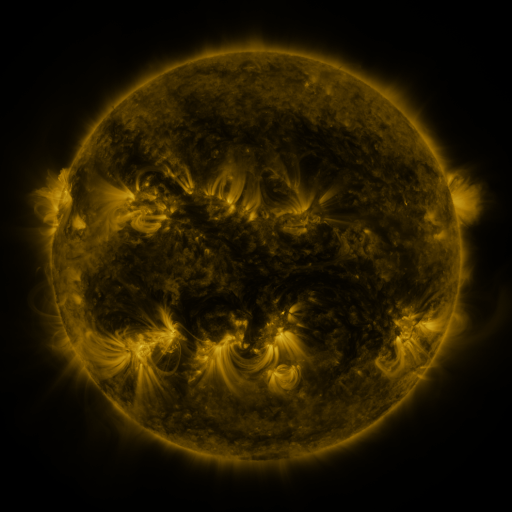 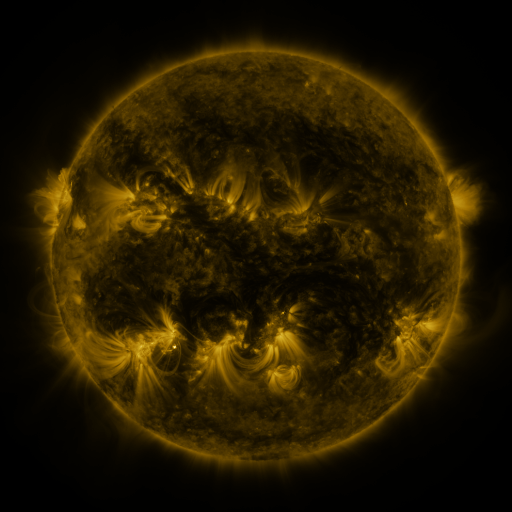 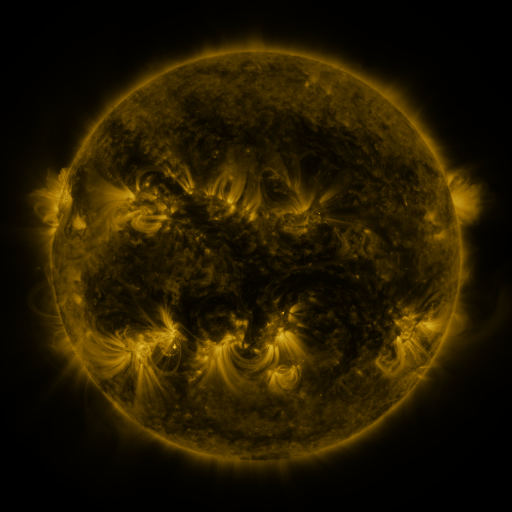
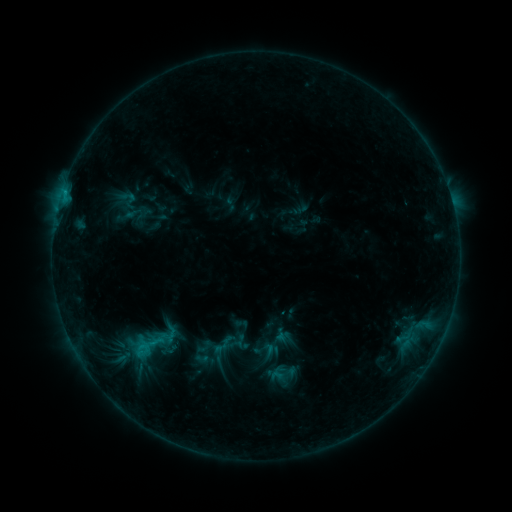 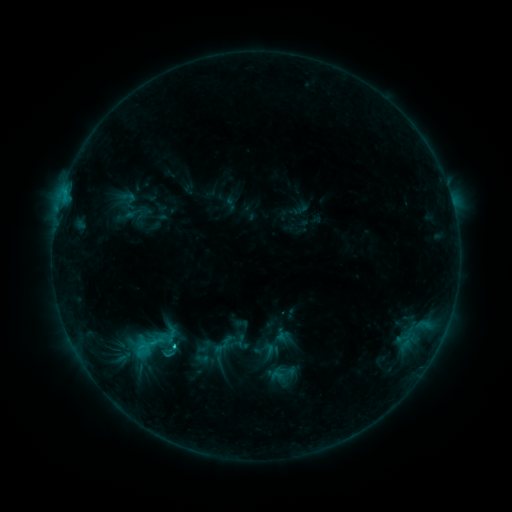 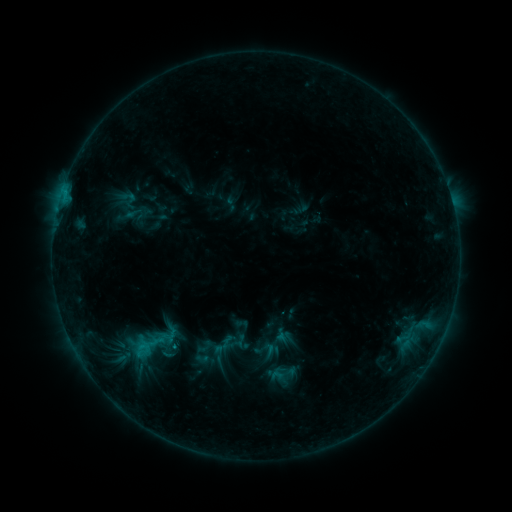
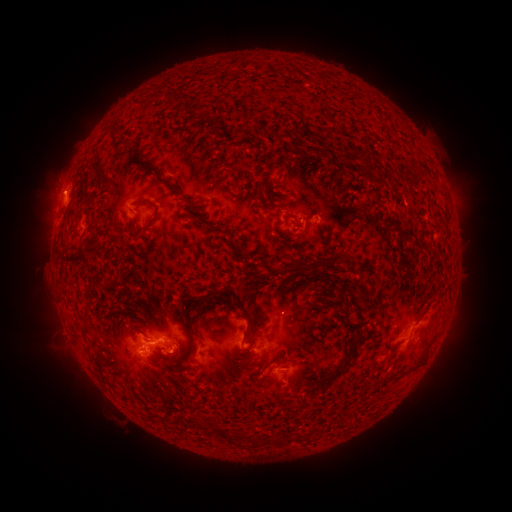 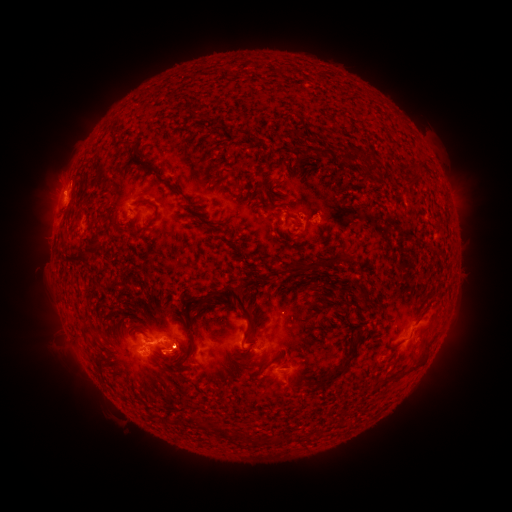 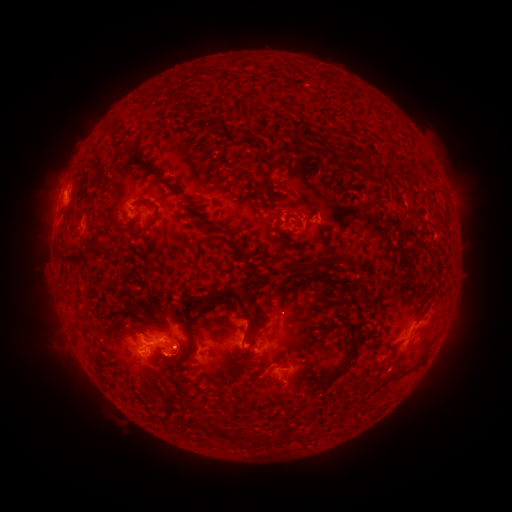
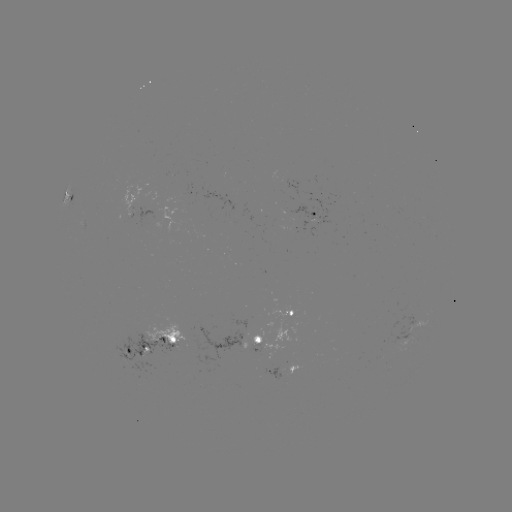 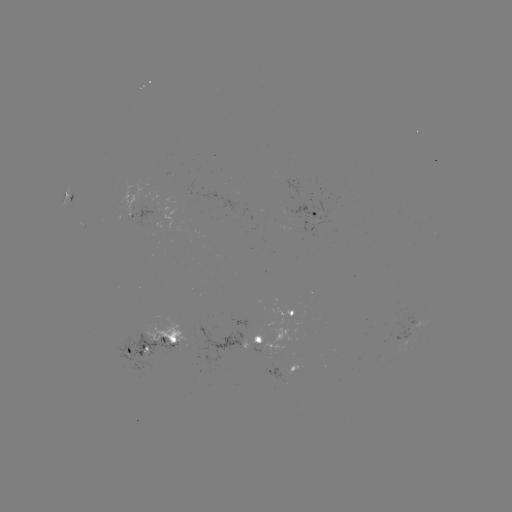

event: flare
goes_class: C1.1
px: (175, 345)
